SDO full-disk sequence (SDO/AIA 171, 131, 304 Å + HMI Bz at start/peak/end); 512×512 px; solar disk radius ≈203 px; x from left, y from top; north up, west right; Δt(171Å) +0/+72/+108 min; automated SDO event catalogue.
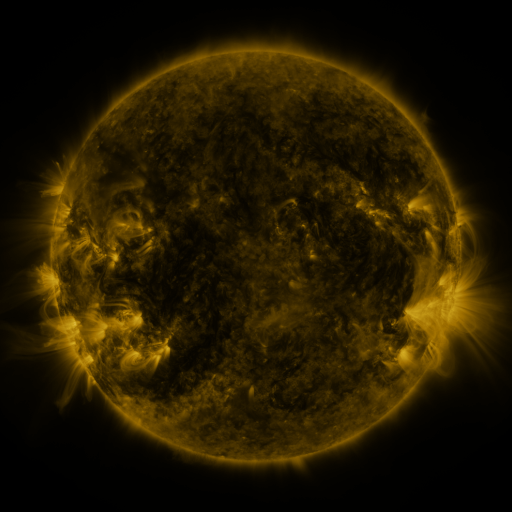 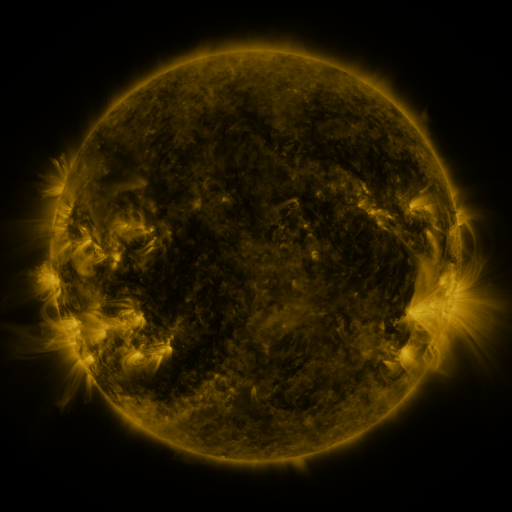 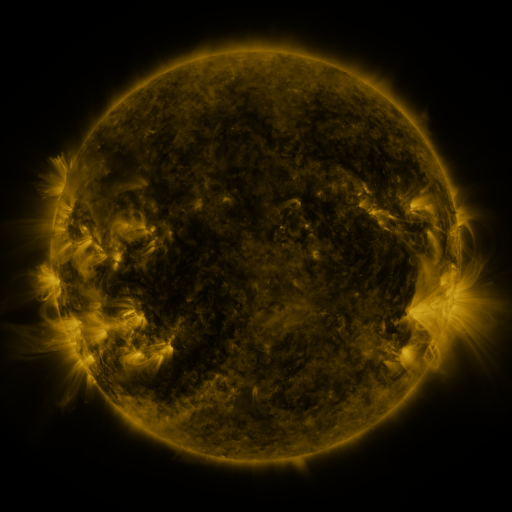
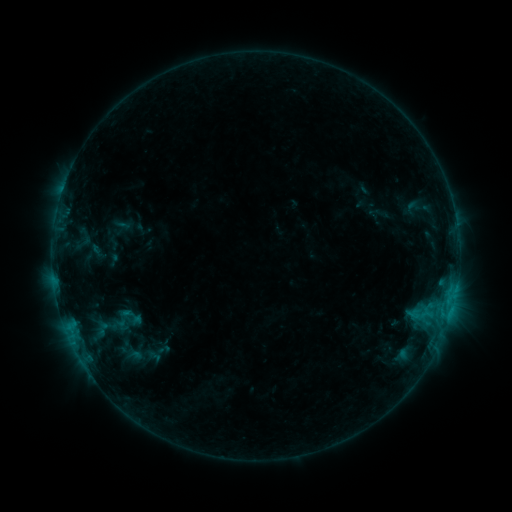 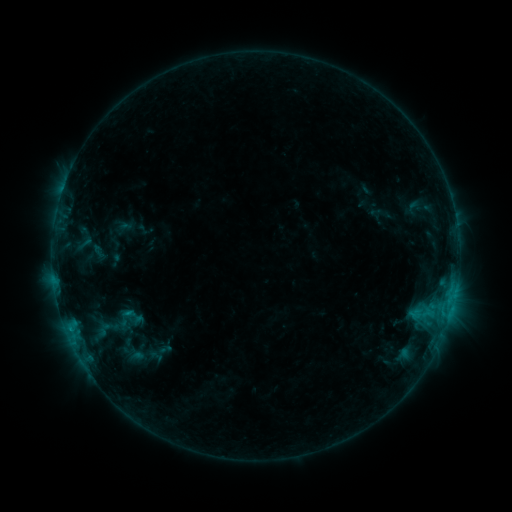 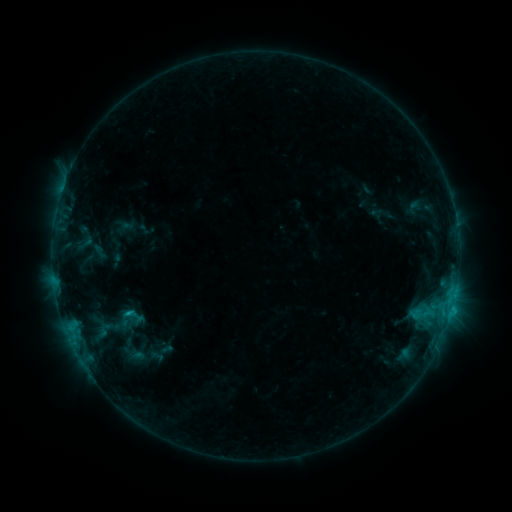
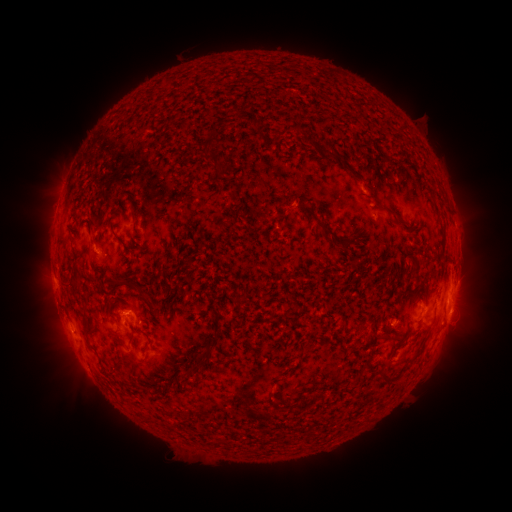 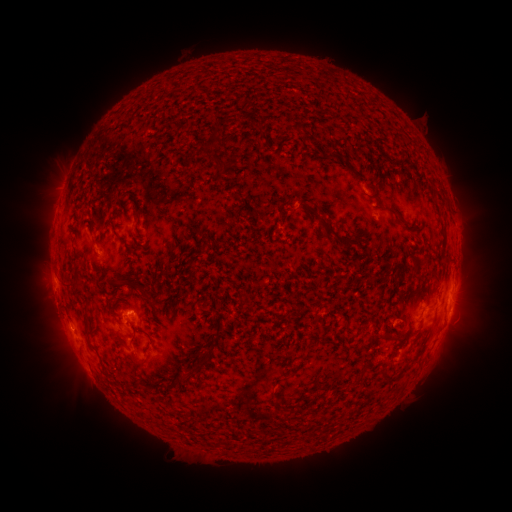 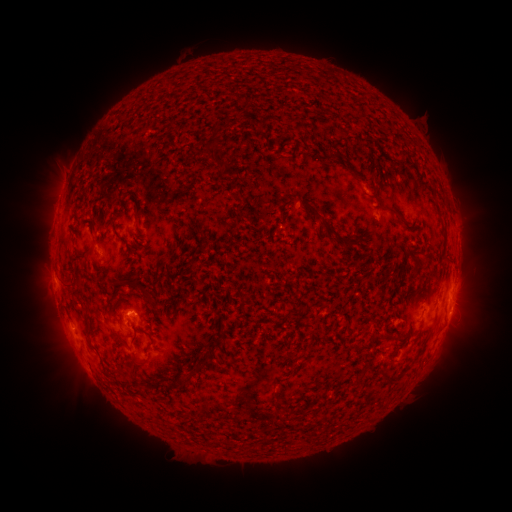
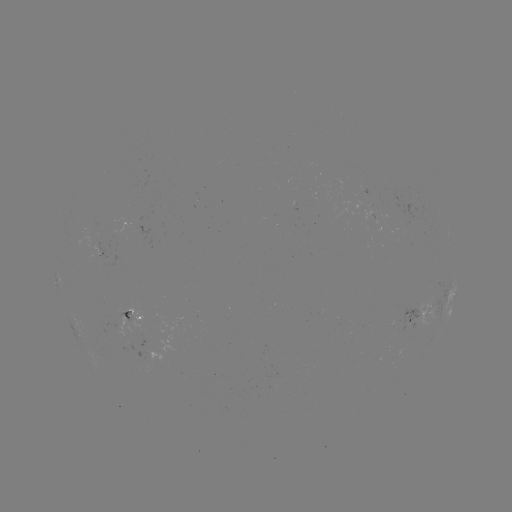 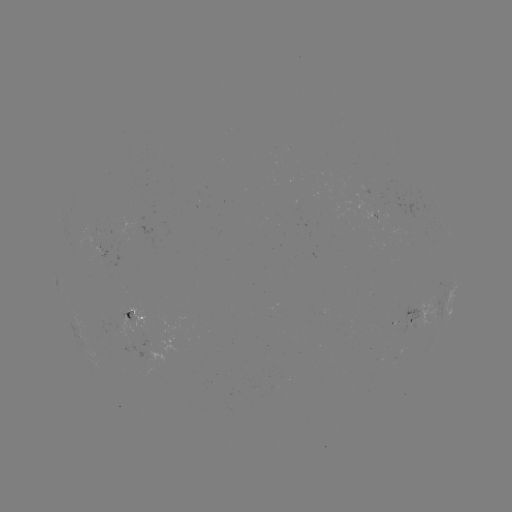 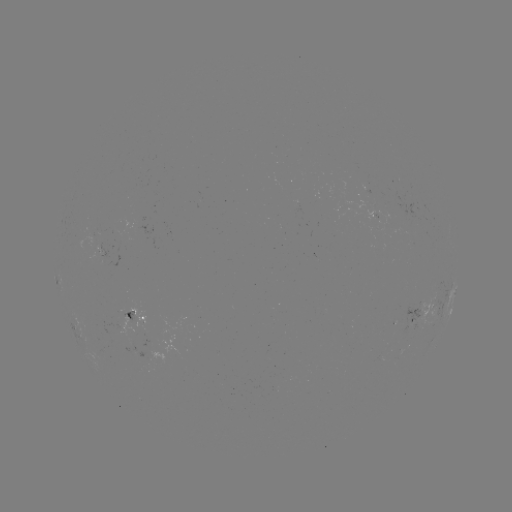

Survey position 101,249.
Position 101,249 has emerging-flux region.